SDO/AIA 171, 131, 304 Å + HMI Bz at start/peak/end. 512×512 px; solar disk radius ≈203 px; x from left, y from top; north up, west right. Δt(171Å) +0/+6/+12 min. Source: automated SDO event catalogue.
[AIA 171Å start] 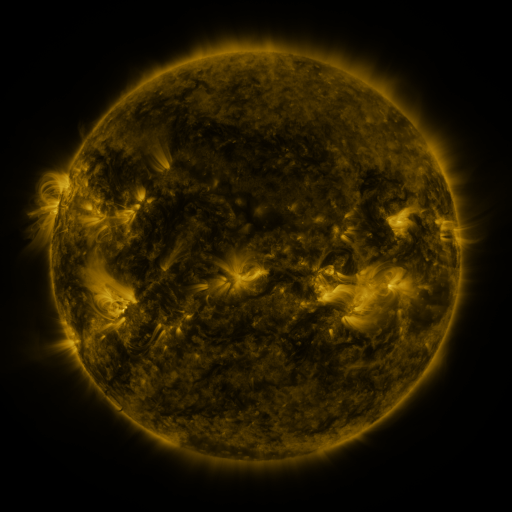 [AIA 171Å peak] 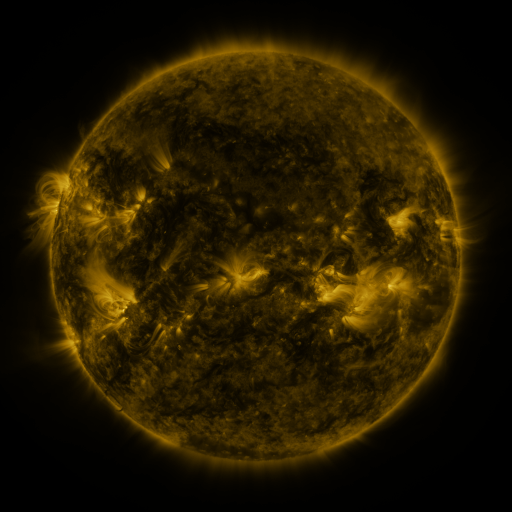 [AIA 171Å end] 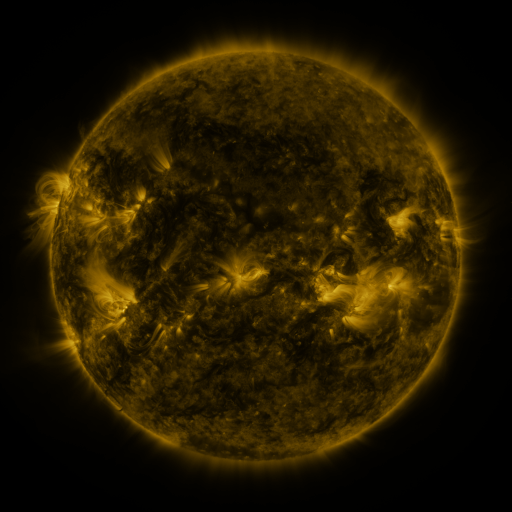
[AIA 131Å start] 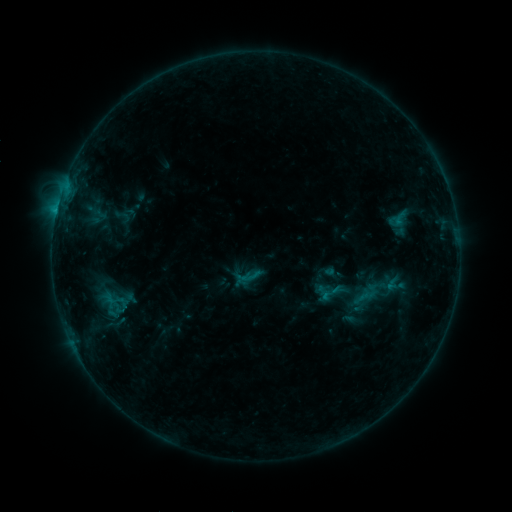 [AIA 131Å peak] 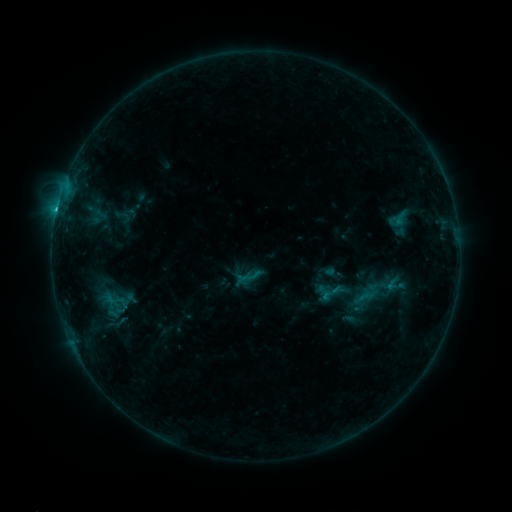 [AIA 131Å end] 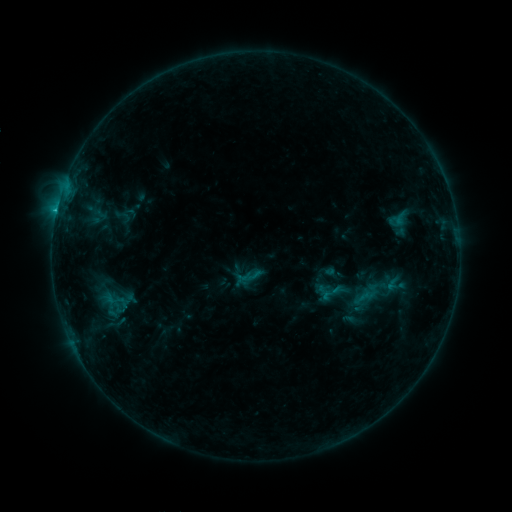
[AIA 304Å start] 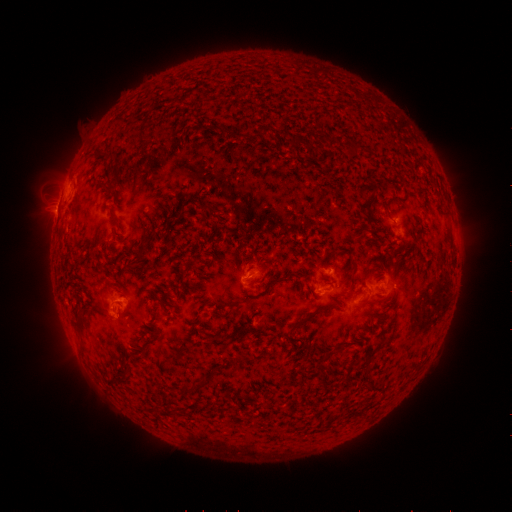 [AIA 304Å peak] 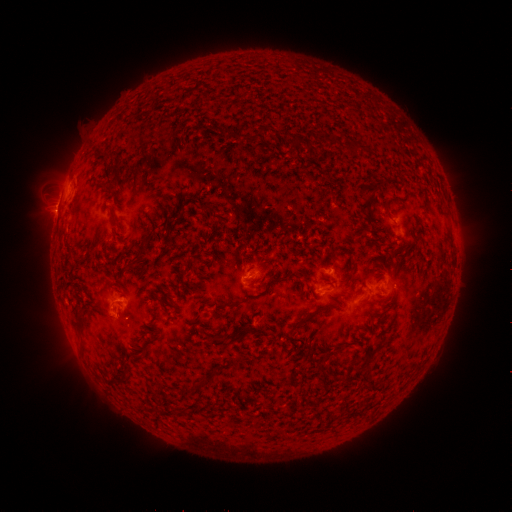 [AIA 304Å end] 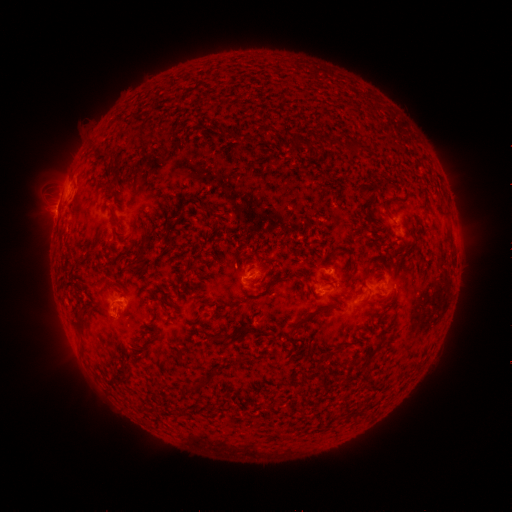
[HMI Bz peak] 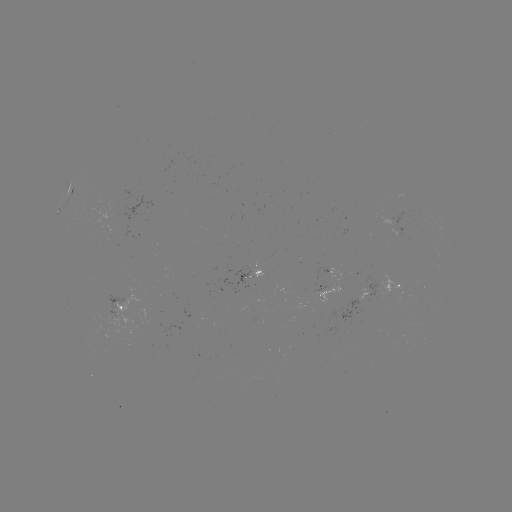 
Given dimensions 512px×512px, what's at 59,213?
B9.4 flare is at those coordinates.